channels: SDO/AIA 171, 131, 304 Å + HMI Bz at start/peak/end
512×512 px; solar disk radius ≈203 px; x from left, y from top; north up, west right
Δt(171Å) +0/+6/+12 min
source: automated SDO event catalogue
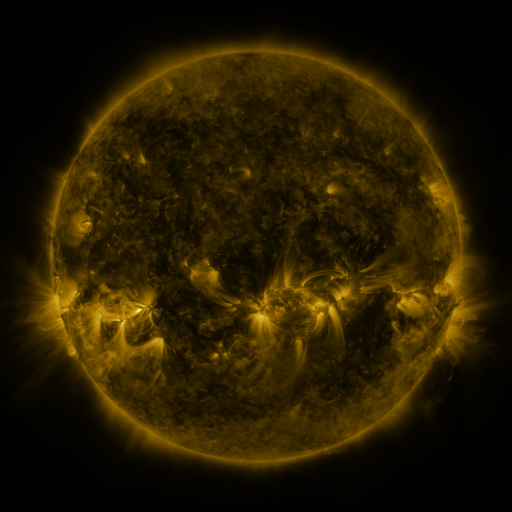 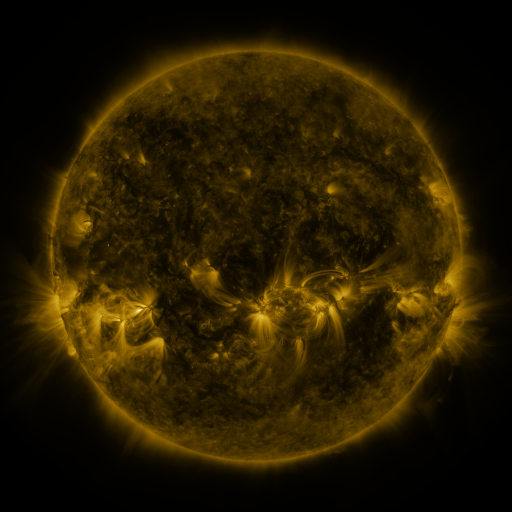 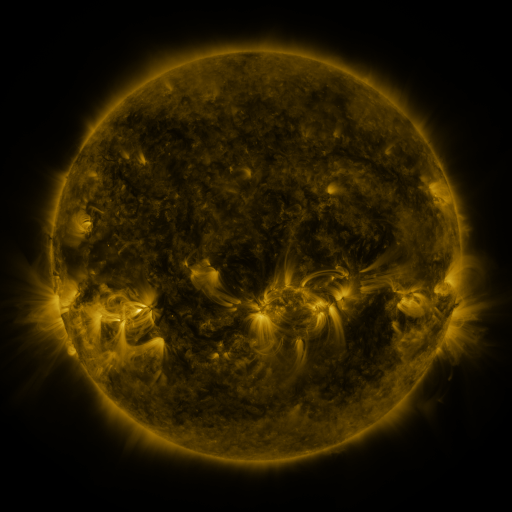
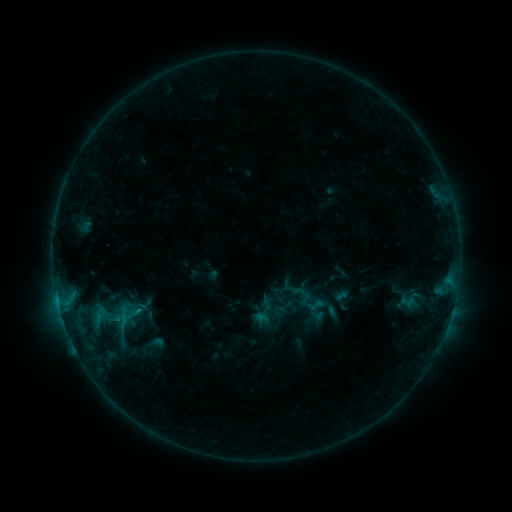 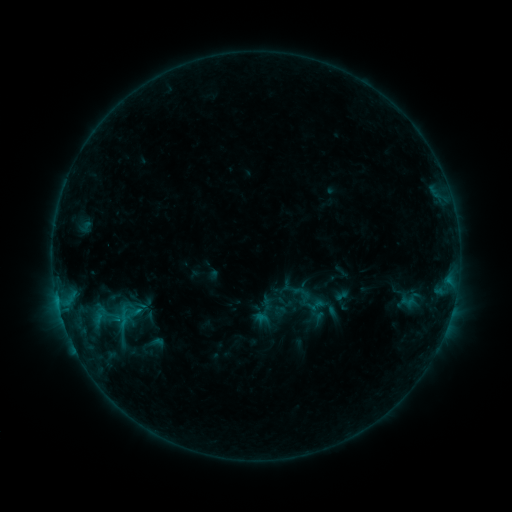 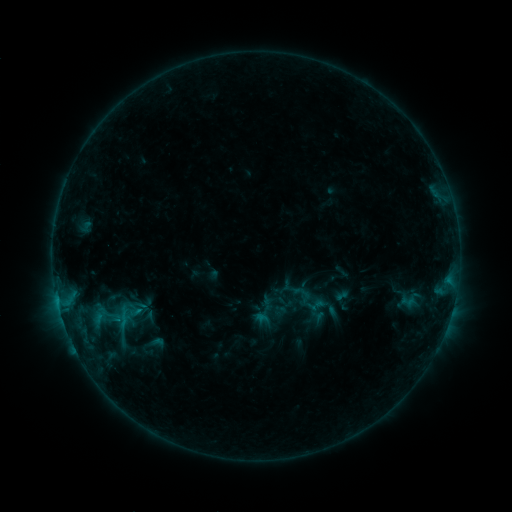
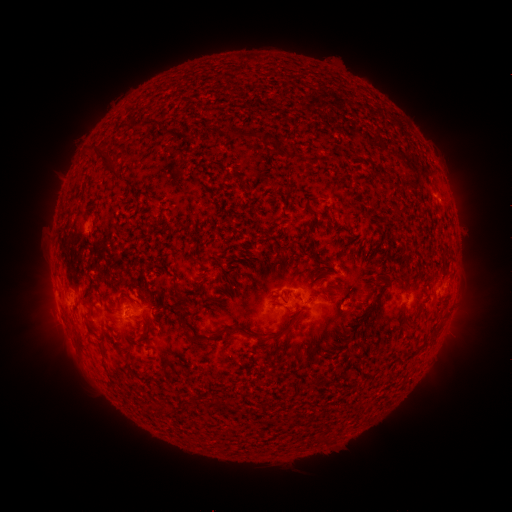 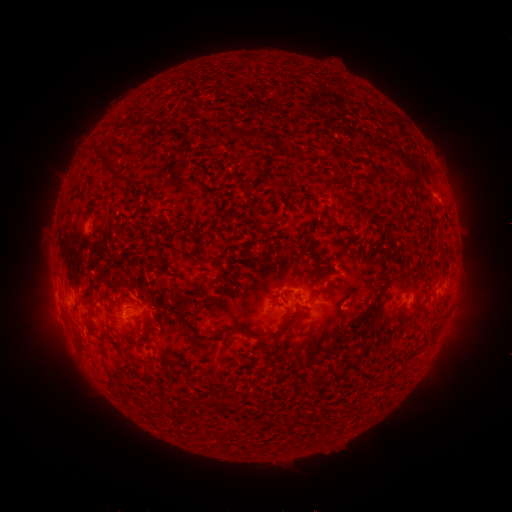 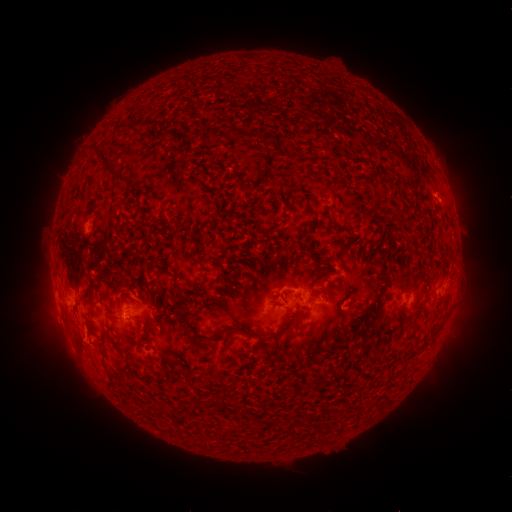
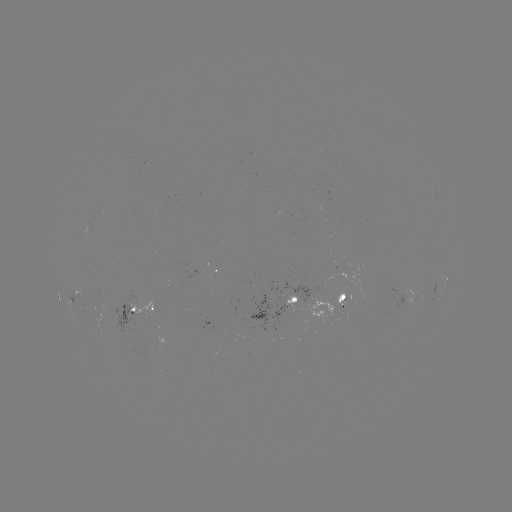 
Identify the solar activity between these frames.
no flare in any classed list; no EUV-trigger detection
